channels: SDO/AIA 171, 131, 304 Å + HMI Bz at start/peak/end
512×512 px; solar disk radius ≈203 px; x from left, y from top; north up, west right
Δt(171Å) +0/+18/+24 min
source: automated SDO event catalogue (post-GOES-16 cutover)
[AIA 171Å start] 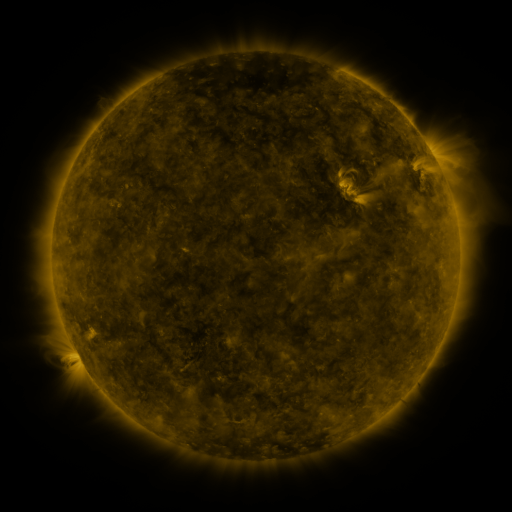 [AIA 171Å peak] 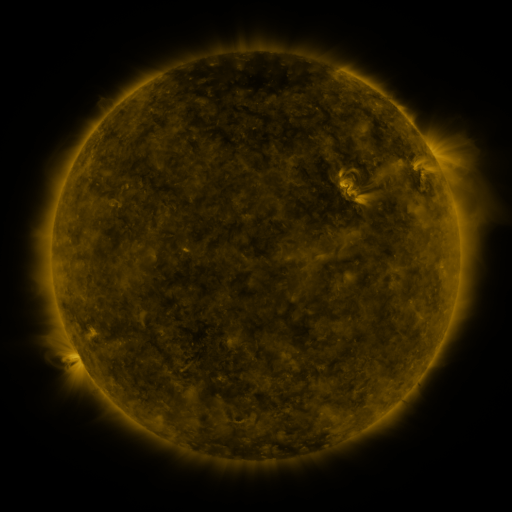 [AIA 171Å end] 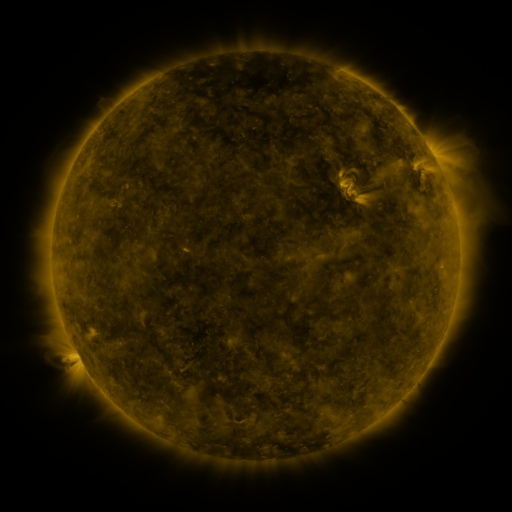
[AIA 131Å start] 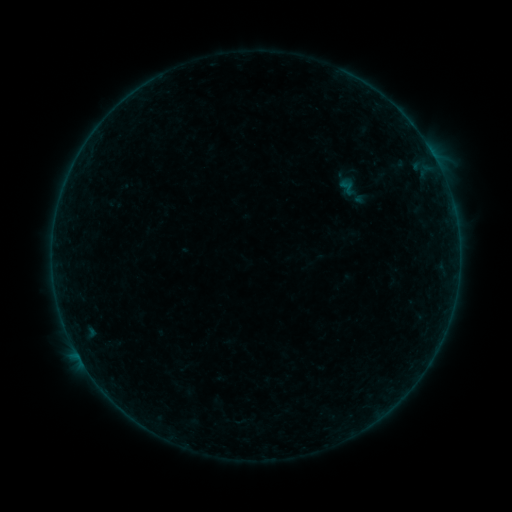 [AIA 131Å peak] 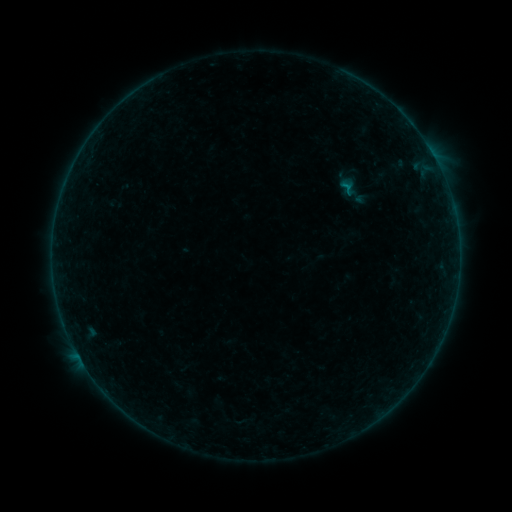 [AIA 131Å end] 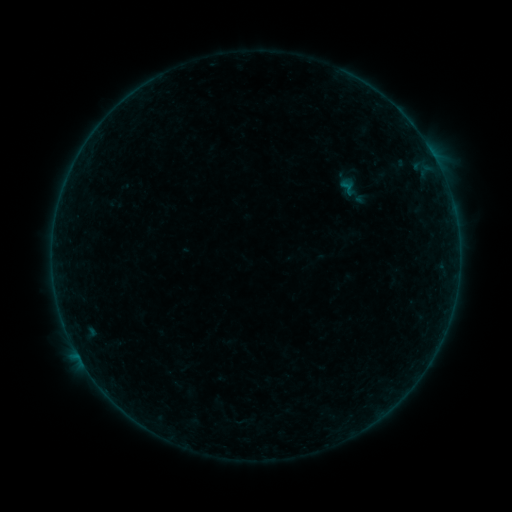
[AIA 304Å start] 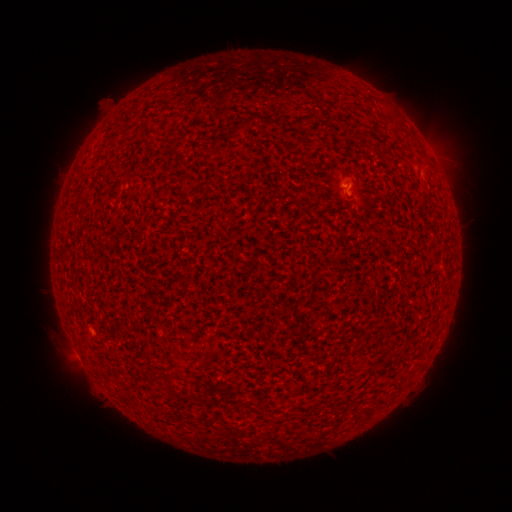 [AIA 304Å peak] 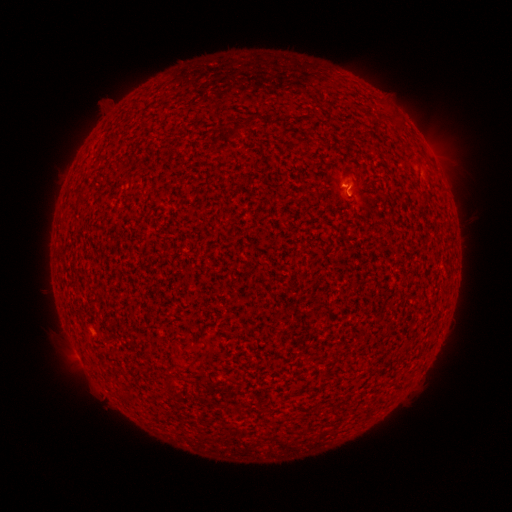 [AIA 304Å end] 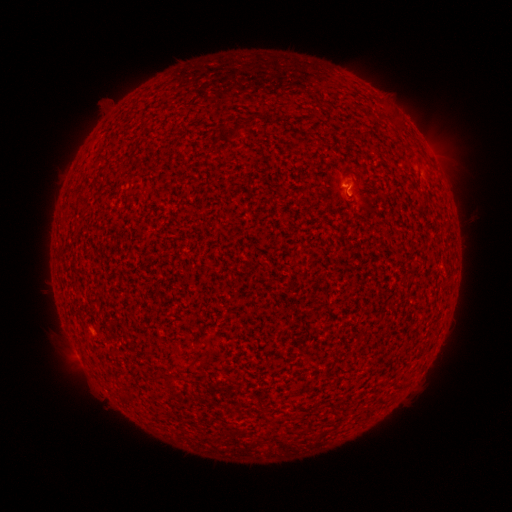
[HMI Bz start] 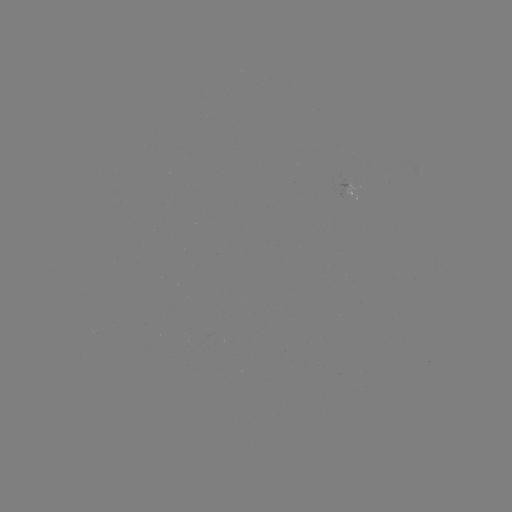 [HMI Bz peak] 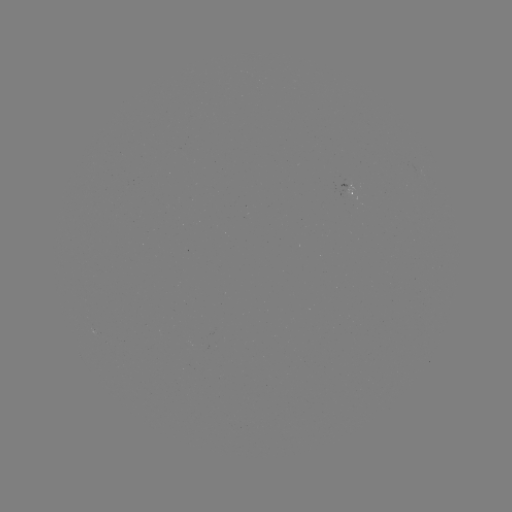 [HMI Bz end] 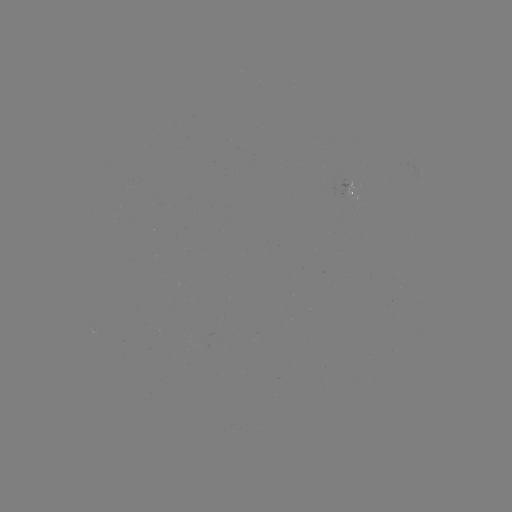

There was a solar flare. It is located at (345, 188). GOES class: B2.0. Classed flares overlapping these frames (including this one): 1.